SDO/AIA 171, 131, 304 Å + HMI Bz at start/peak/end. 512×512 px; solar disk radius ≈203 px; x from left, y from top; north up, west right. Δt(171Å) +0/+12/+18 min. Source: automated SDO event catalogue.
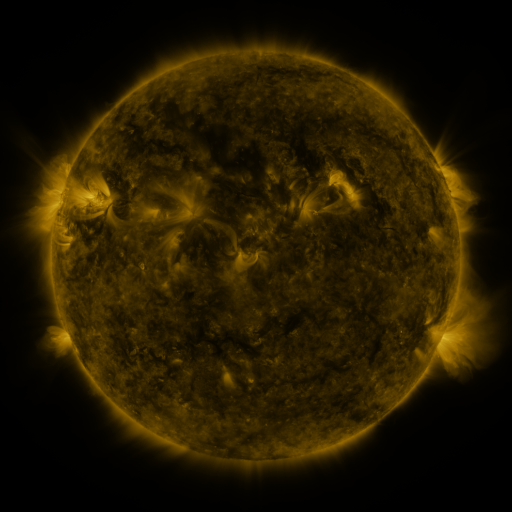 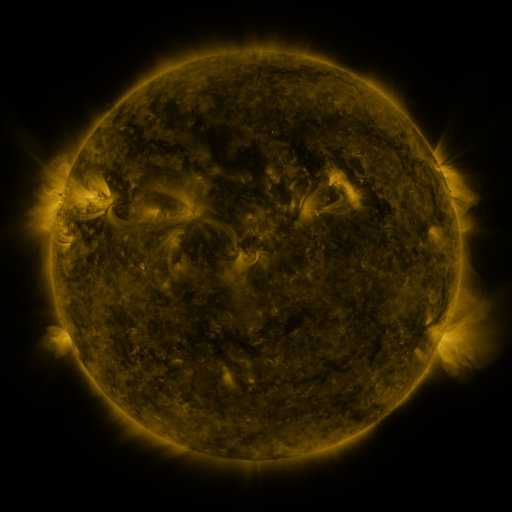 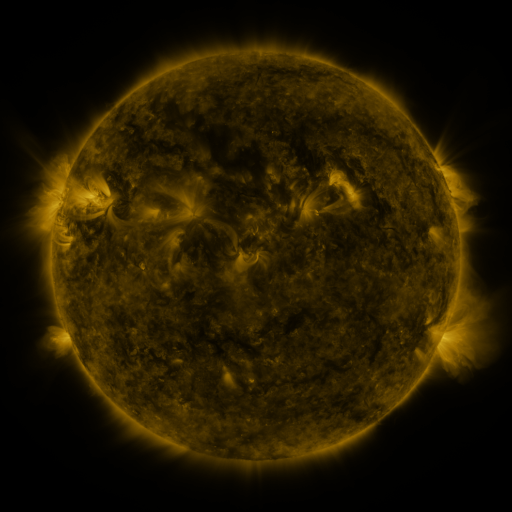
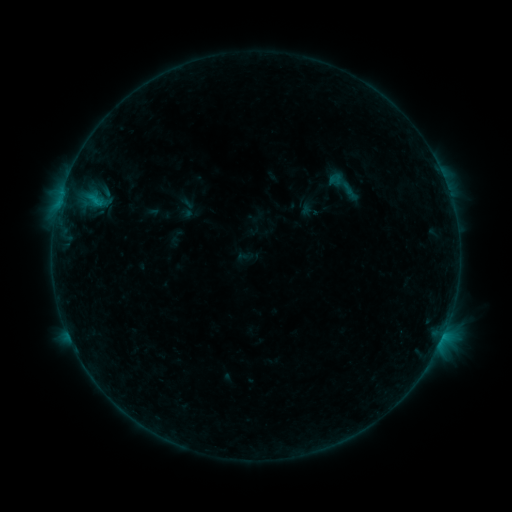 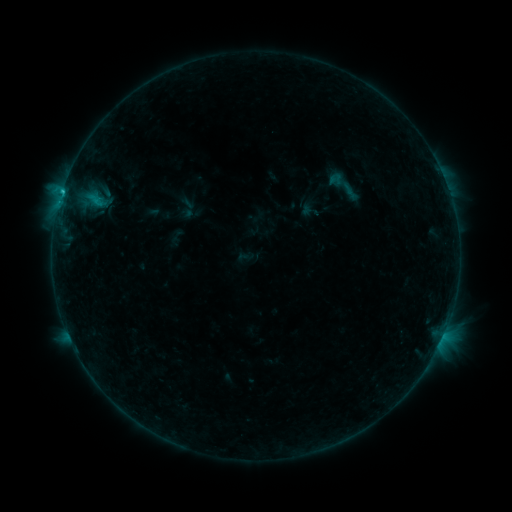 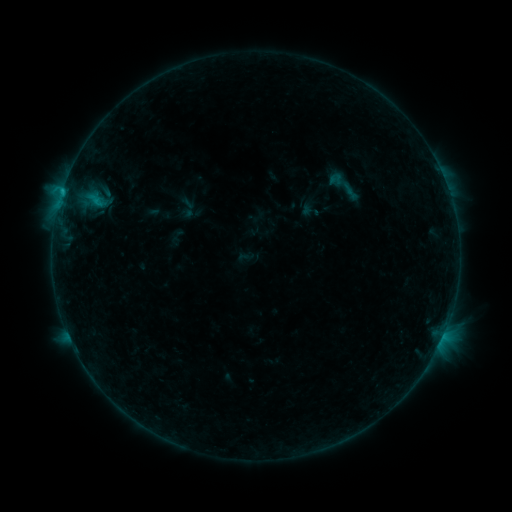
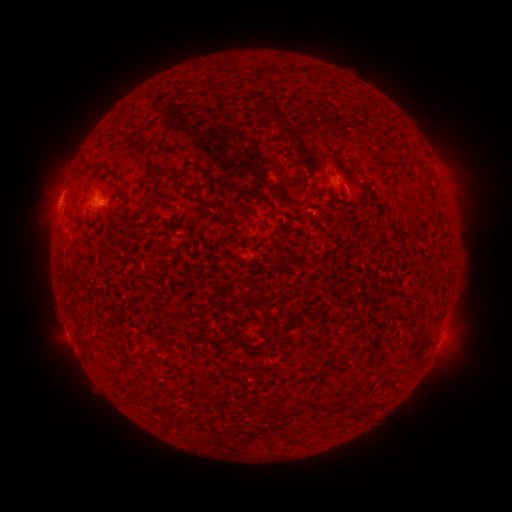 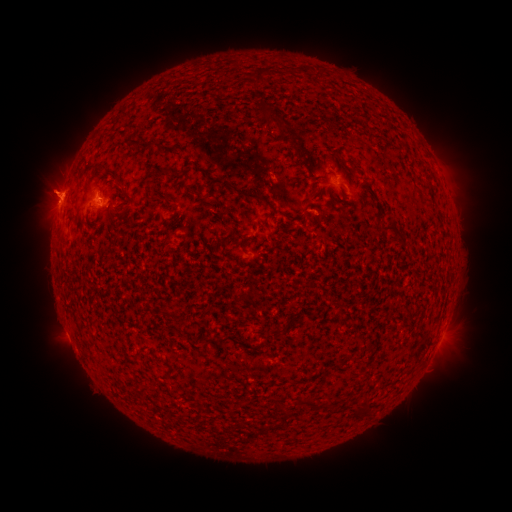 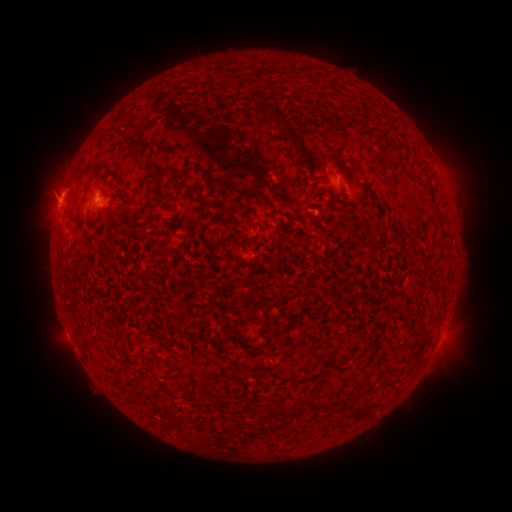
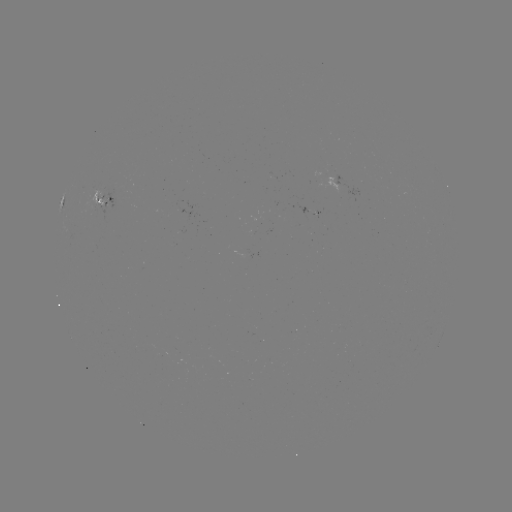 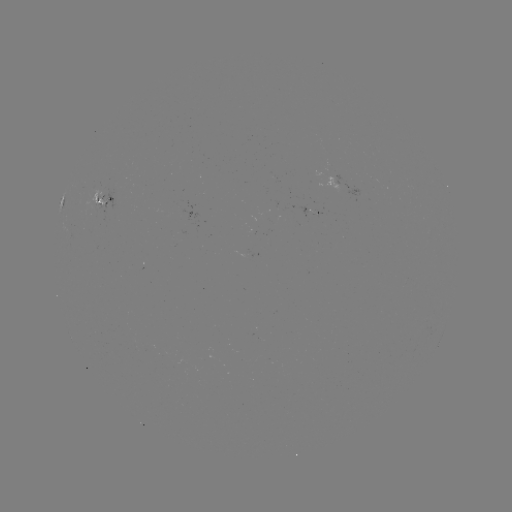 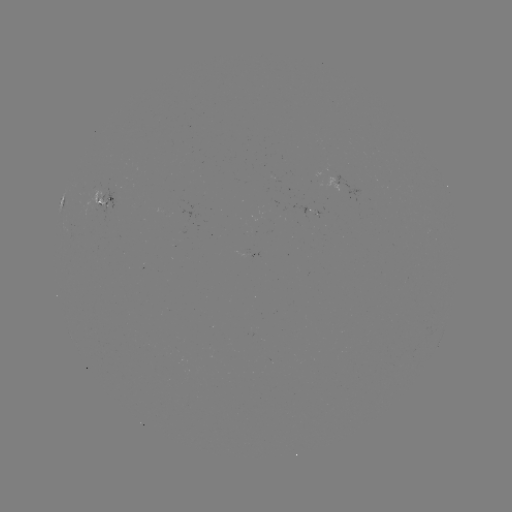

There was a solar eruption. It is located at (54, 184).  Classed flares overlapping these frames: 1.